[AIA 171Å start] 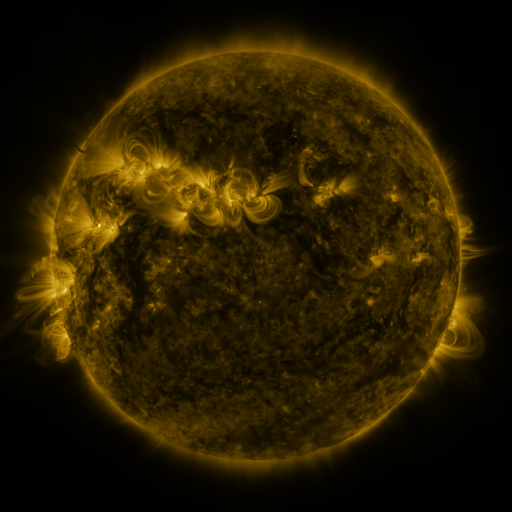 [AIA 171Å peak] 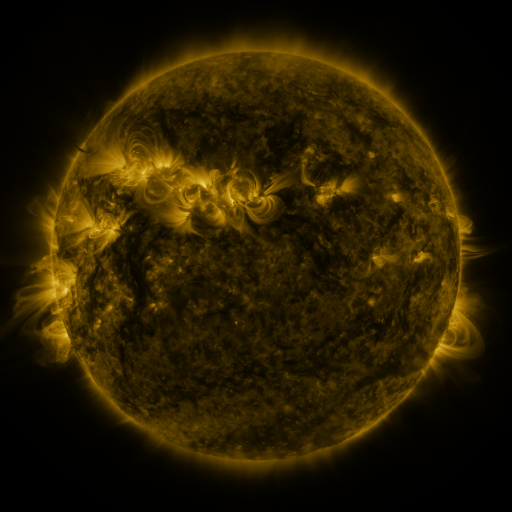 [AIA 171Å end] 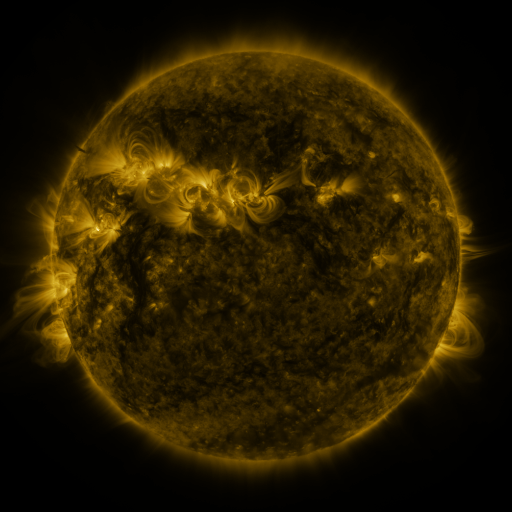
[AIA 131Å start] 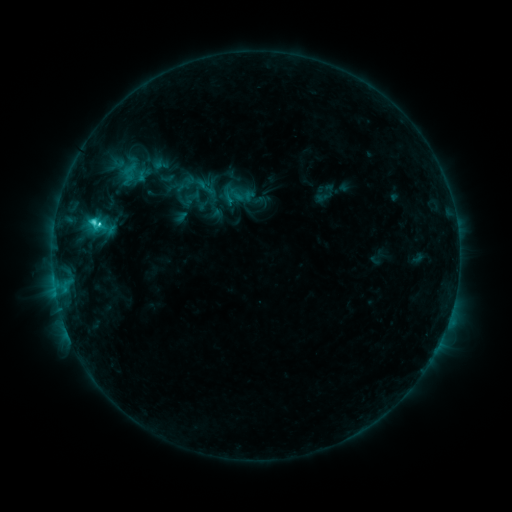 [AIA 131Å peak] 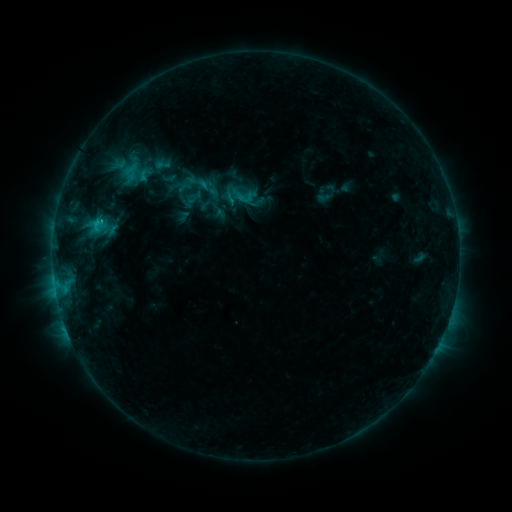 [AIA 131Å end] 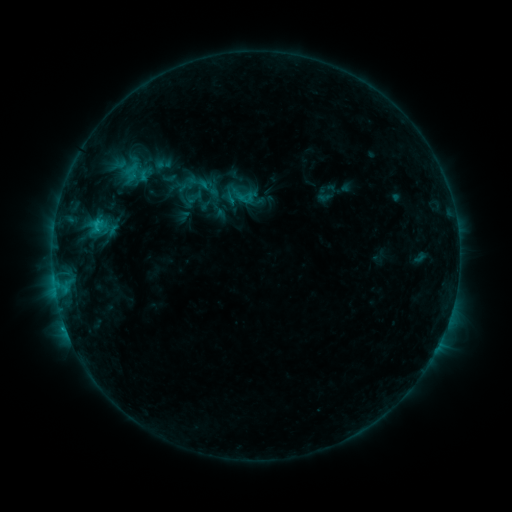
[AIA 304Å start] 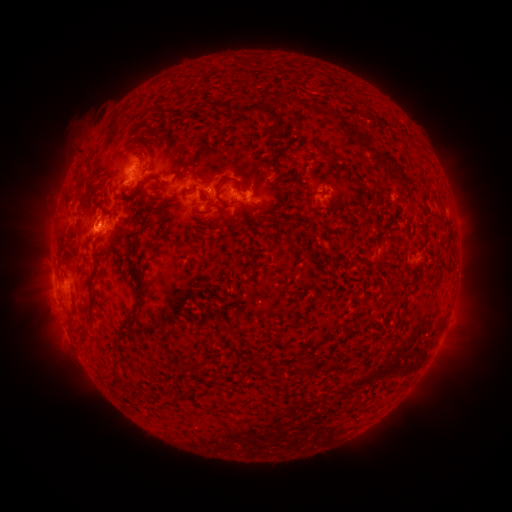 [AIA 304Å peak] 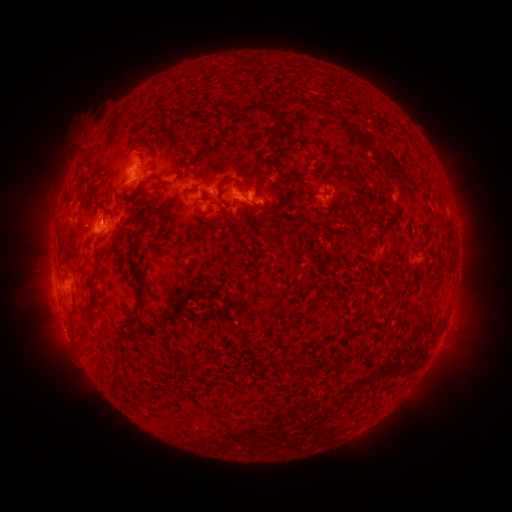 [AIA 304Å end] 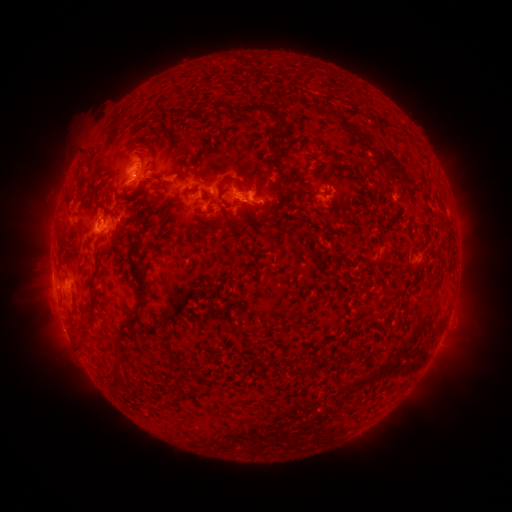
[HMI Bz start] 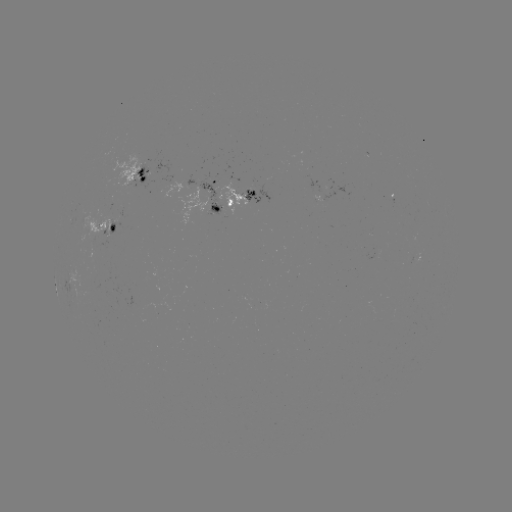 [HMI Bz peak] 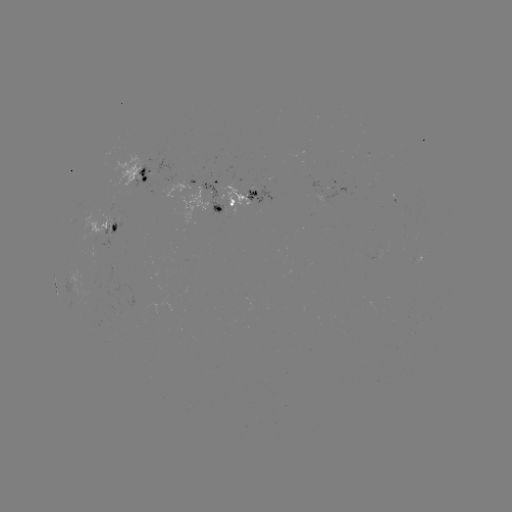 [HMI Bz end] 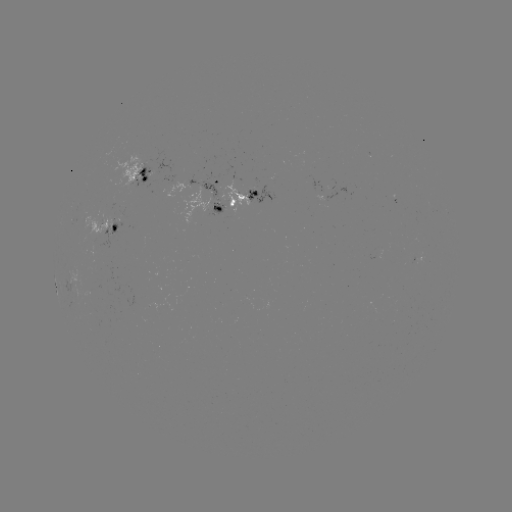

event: emerging-flux region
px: (415, 257)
